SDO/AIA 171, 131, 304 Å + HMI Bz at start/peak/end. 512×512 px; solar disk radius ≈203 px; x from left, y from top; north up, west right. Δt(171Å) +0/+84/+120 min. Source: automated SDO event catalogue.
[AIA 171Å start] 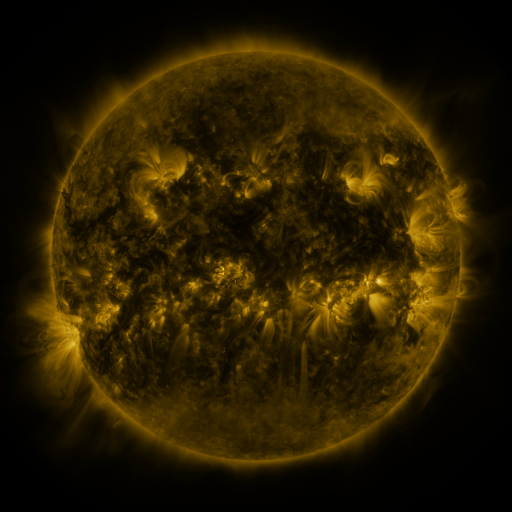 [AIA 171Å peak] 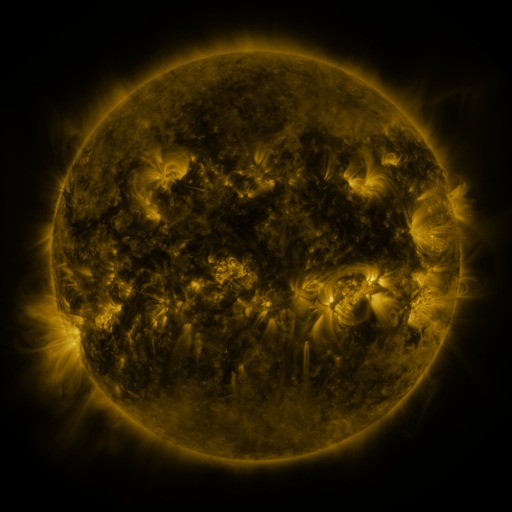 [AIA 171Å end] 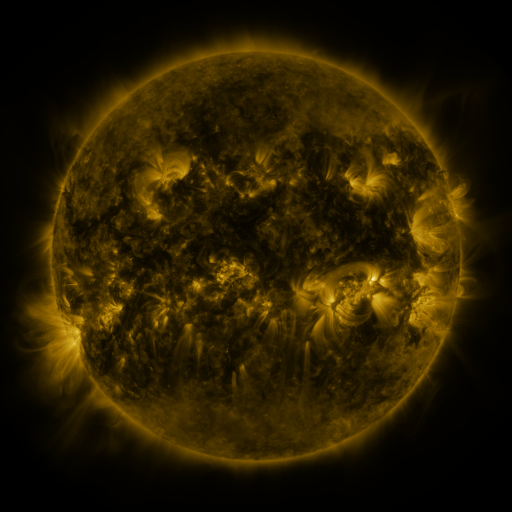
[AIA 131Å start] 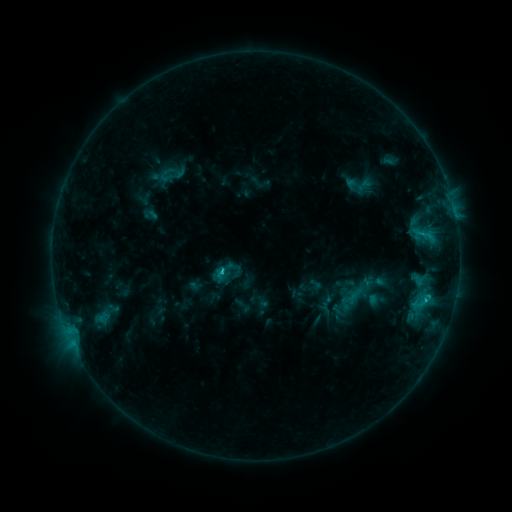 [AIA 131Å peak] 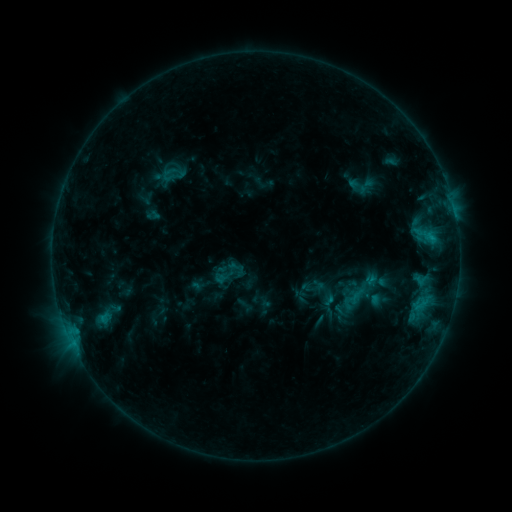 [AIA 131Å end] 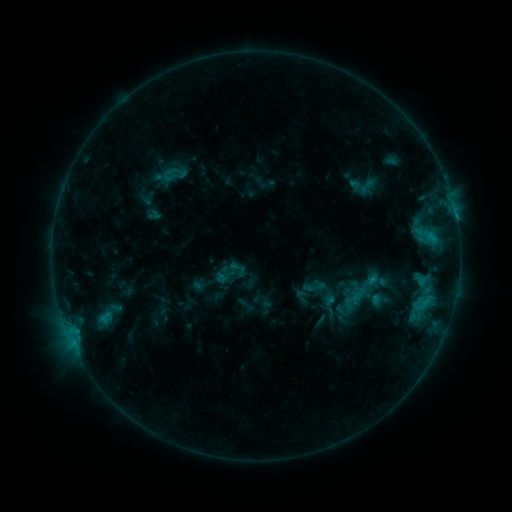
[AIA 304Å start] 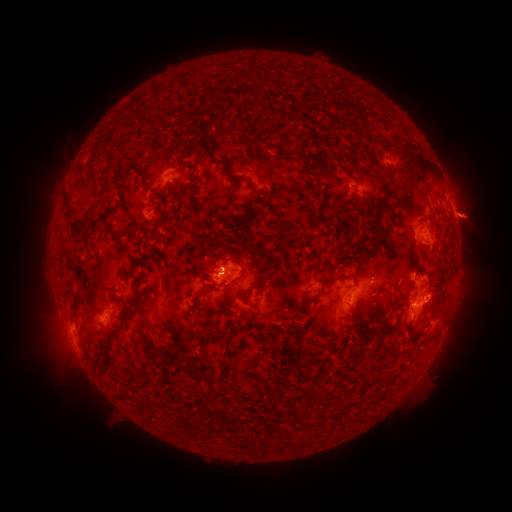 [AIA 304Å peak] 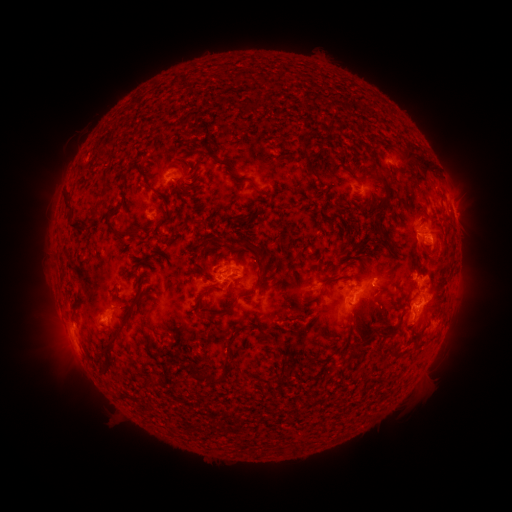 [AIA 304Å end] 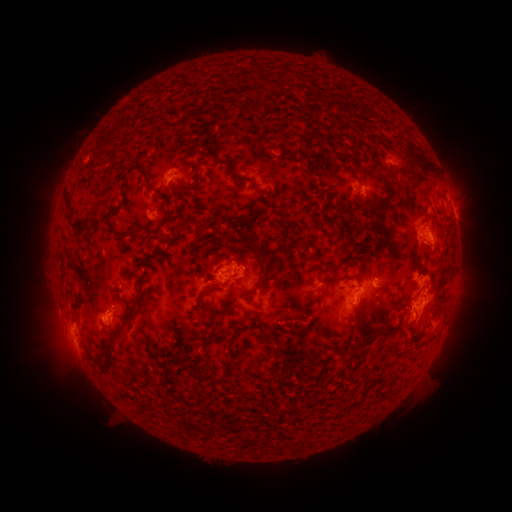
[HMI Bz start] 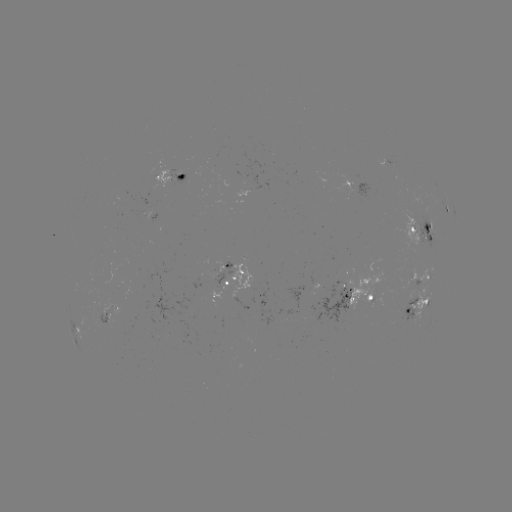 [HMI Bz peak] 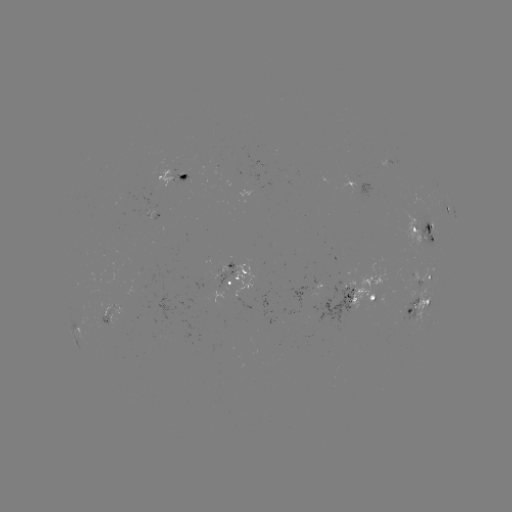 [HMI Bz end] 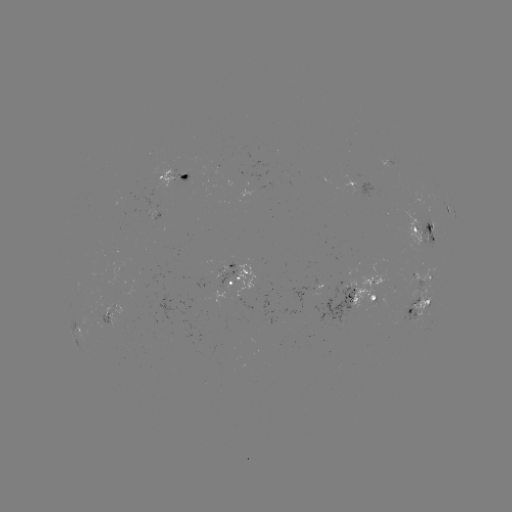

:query emerging-flux region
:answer (155, 215)